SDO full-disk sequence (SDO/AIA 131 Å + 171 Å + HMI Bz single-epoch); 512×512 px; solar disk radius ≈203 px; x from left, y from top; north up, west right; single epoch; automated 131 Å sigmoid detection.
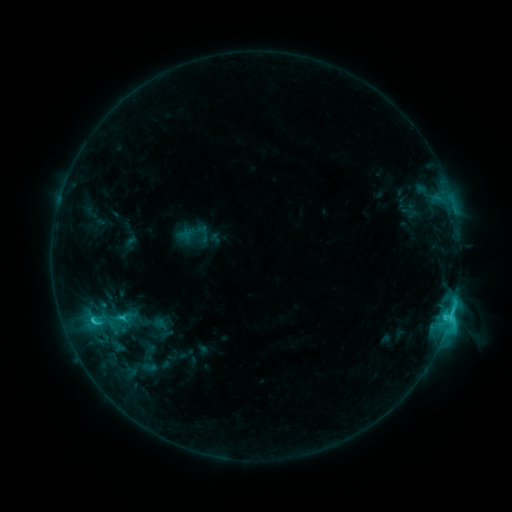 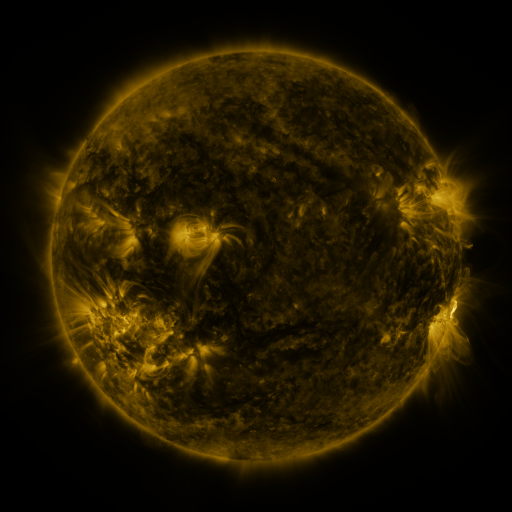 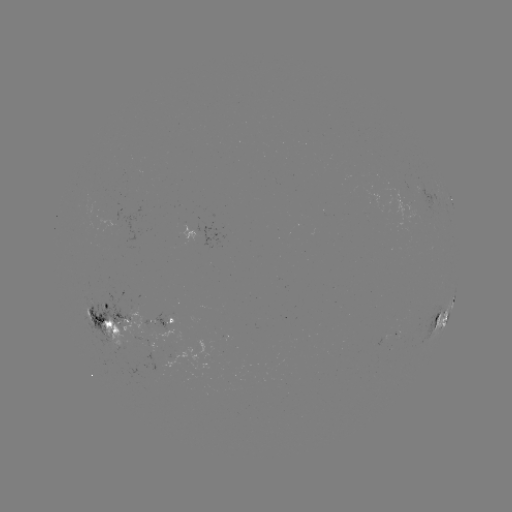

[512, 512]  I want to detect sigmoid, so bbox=[94, 309, 123, 333].